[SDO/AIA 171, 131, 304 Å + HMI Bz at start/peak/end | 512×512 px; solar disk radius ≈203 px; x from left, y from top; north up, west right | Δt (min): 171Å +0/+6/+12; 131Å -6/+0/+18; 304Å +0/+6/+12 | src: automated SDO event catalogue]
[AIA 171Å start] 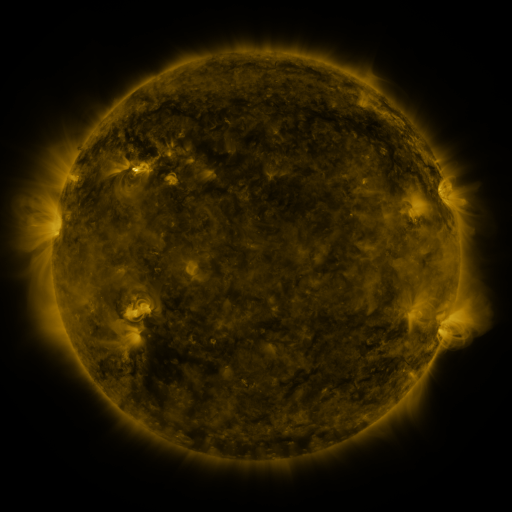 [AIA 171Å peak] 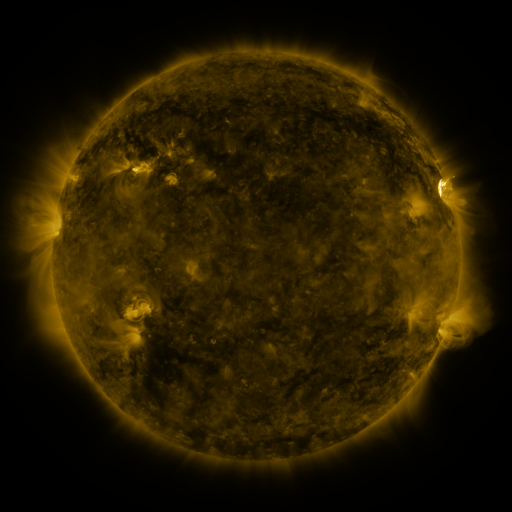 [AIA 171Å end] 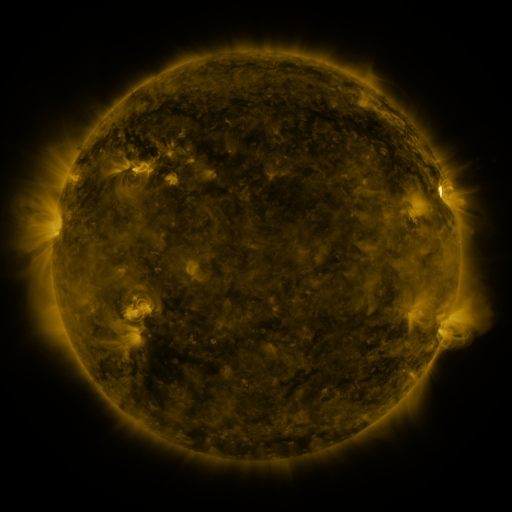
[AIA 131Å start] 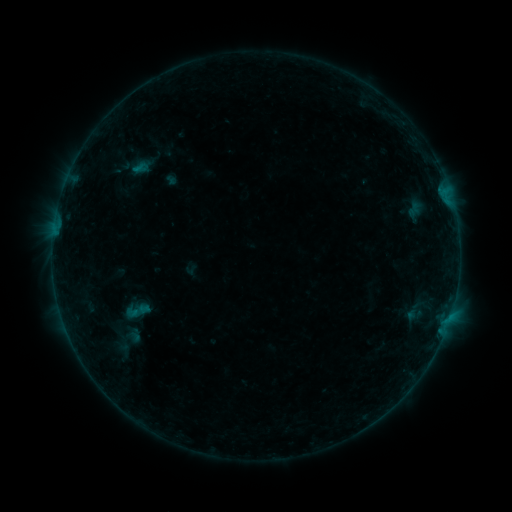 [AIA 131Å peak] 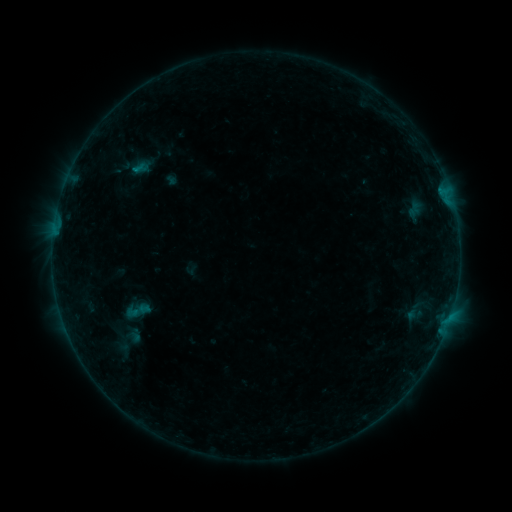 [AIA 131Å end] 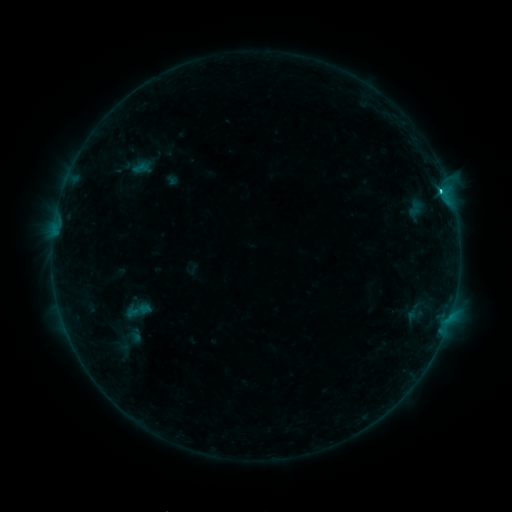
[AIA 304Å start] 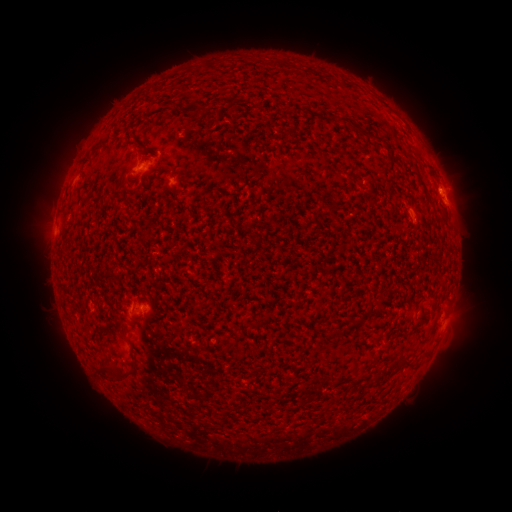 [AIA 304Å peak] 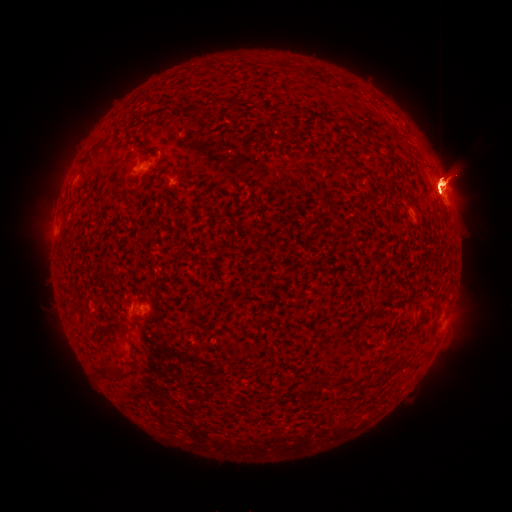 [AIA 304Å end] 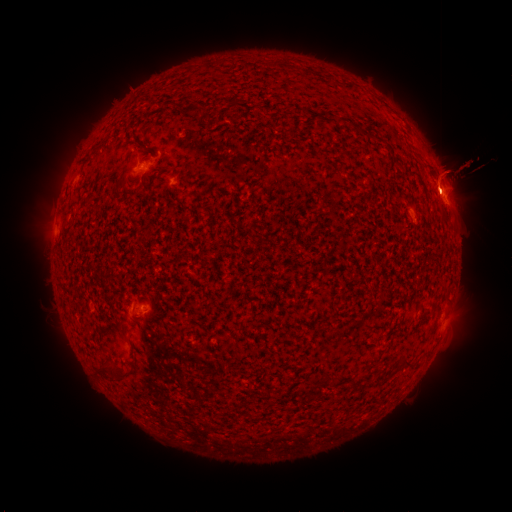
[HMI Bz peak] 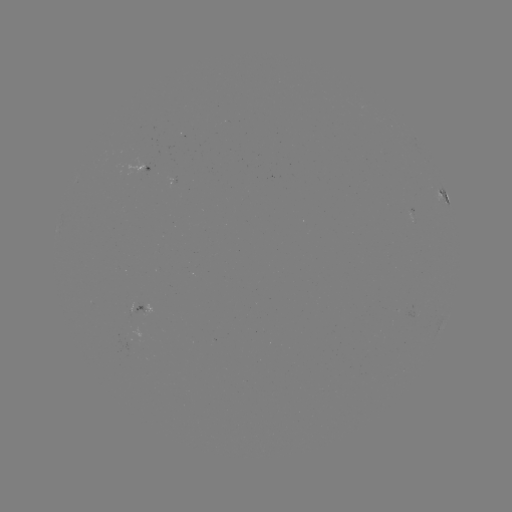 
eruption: <bbox>359, 289, 489, 438</bbox>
